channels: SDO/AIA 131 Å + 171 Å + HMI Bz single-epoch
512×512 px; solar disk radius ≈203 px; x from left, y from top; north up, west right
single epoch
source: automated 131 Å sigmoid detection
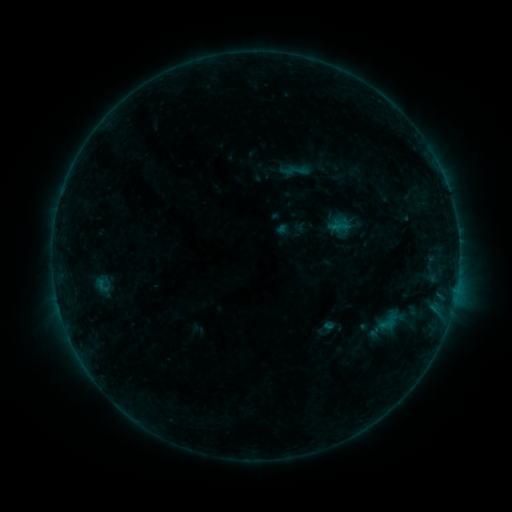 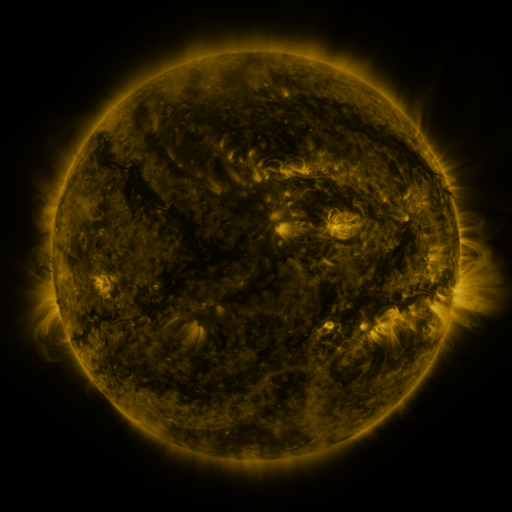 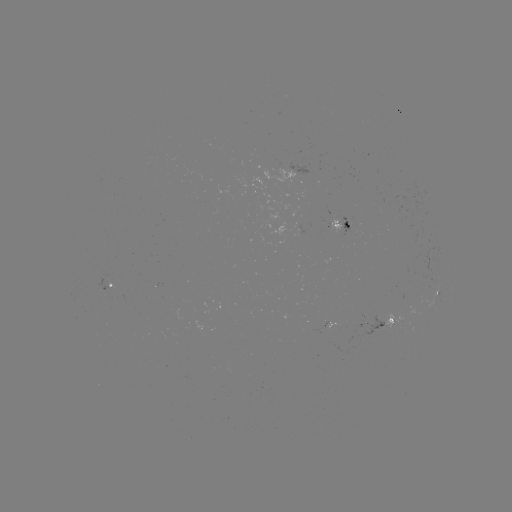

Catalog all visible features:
sigmoid: (101, 285)
sigmoid: (389, 322)
